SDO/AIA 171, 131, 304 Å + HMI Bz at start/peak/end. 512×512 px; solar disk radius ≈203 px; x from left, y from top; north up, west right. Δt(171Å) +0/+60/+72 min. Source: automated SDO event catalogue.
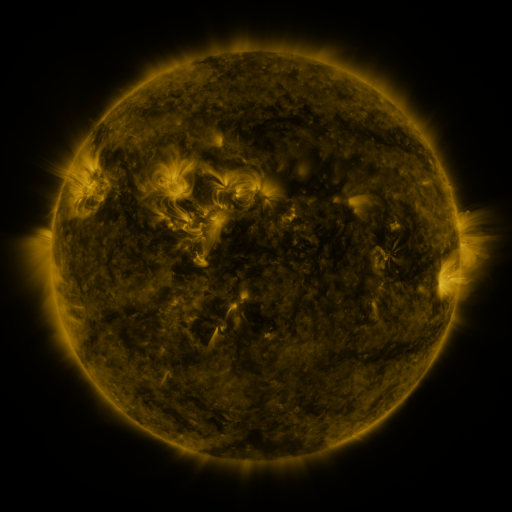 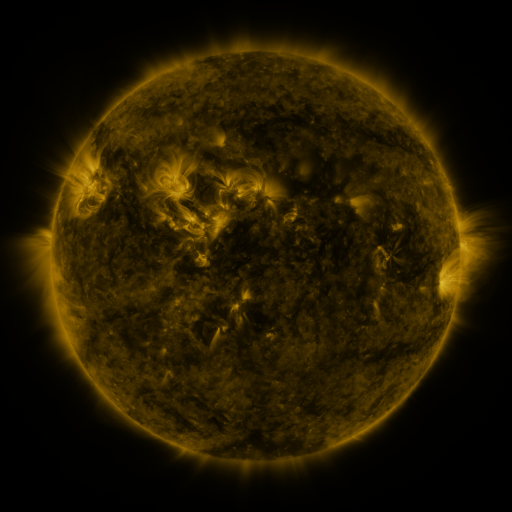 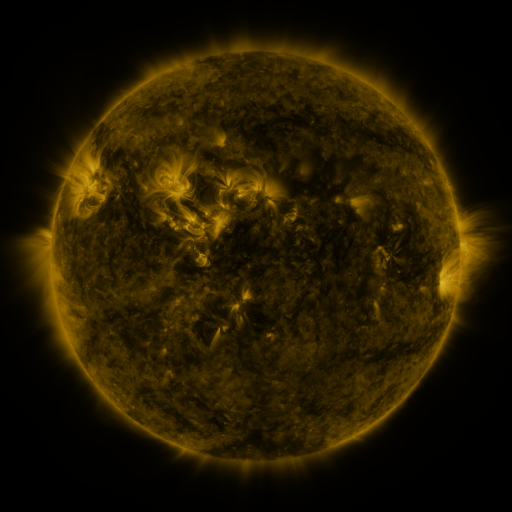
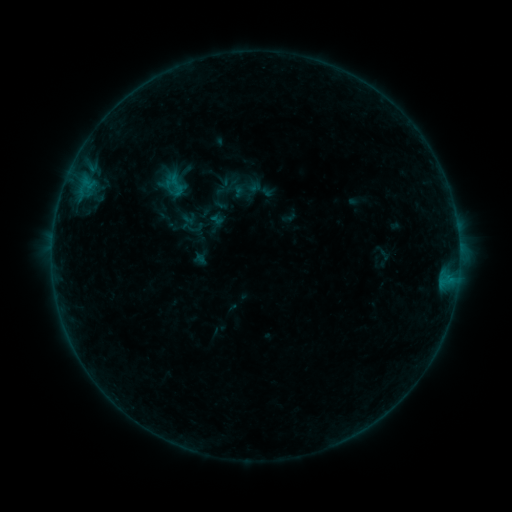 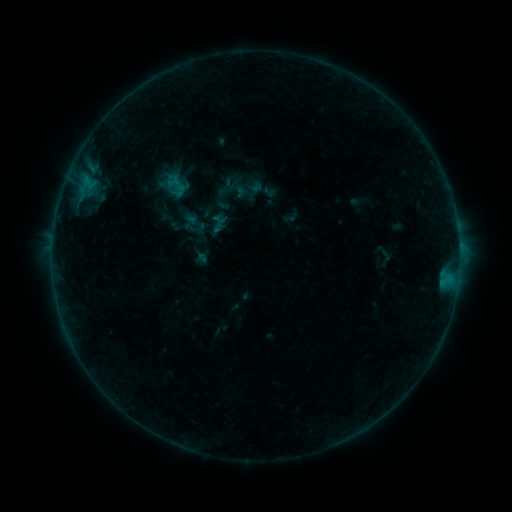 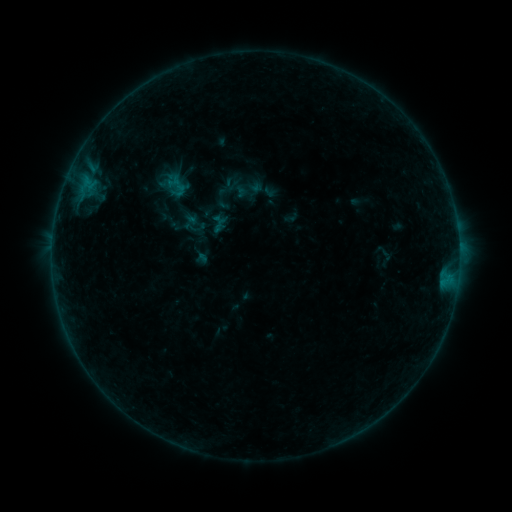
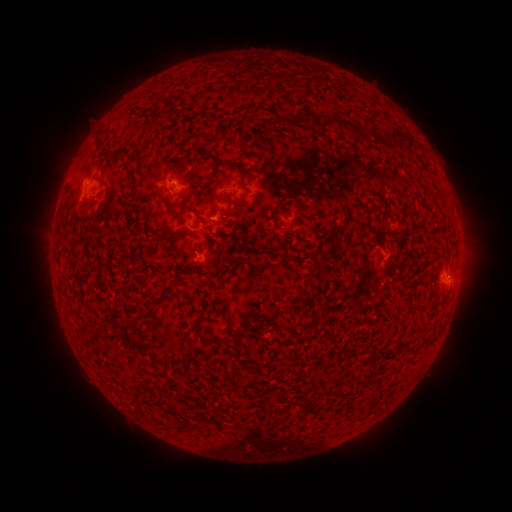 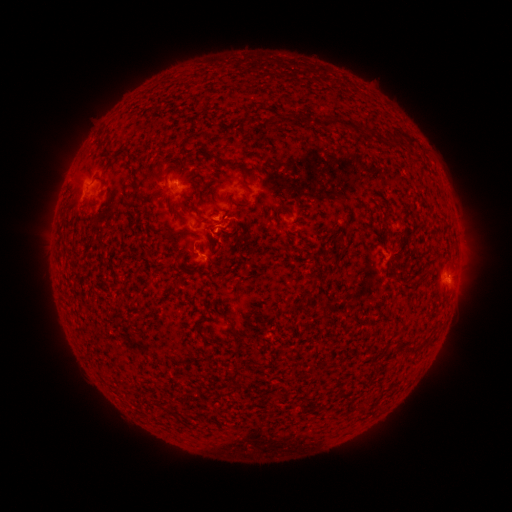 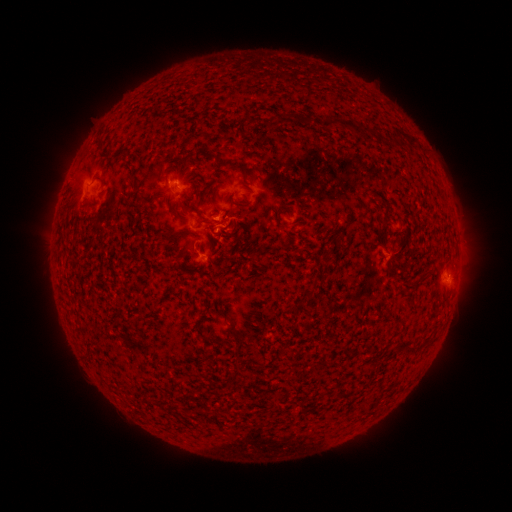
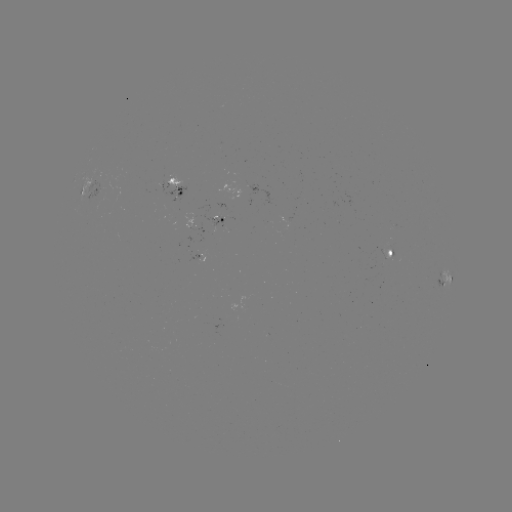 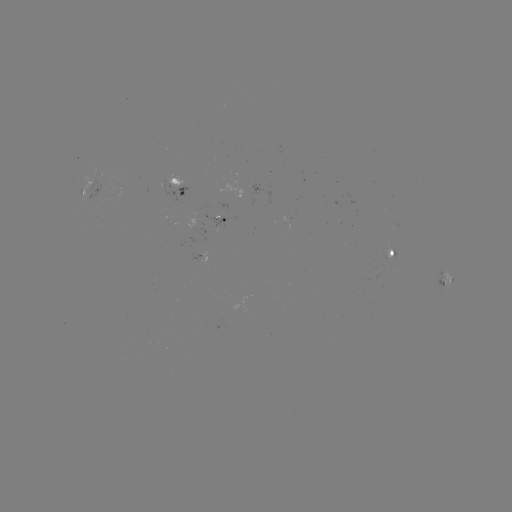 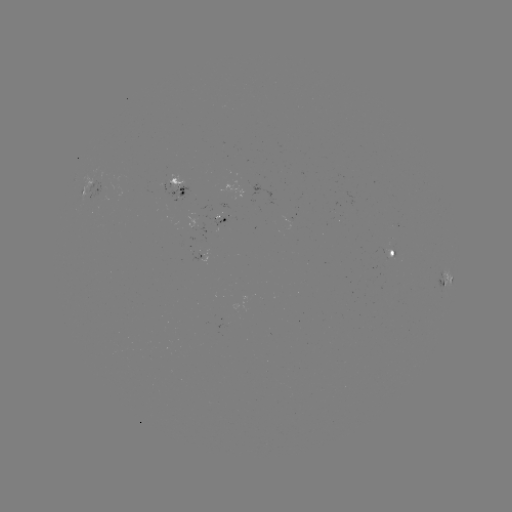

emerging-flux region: <bbox>383, 243, 392, 261</bbox>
